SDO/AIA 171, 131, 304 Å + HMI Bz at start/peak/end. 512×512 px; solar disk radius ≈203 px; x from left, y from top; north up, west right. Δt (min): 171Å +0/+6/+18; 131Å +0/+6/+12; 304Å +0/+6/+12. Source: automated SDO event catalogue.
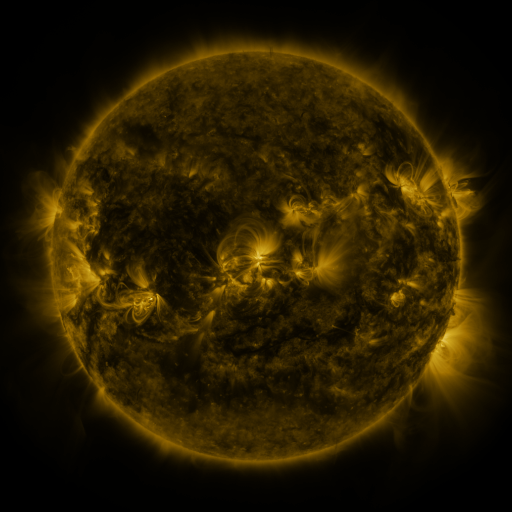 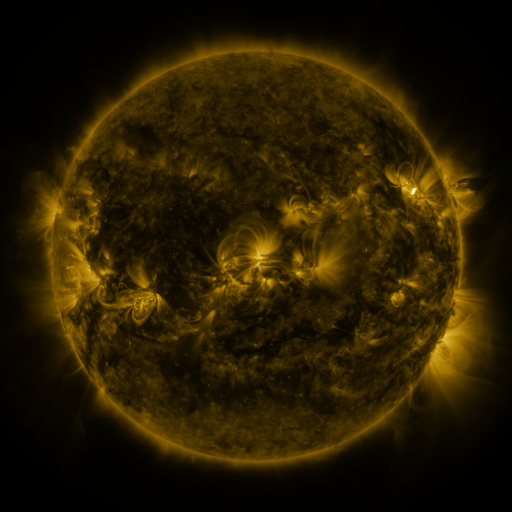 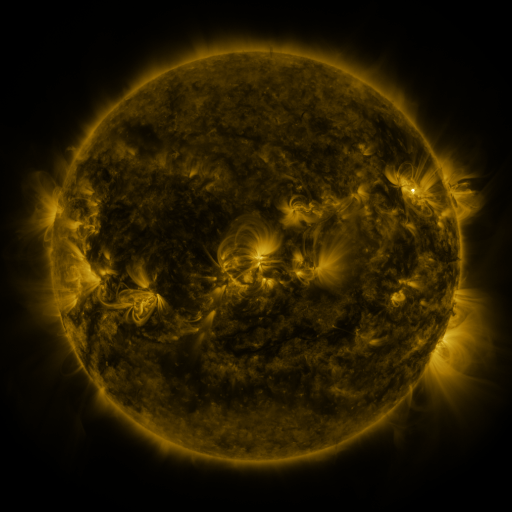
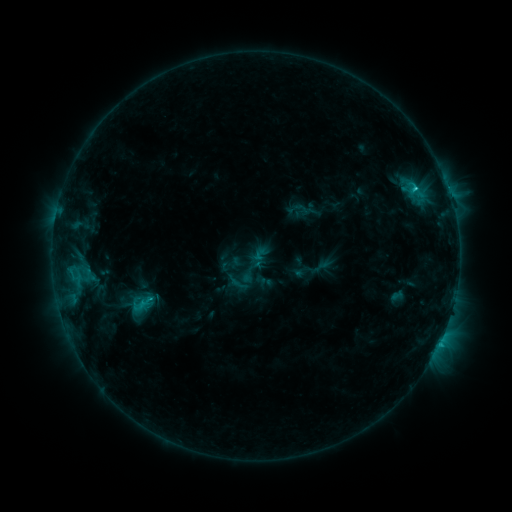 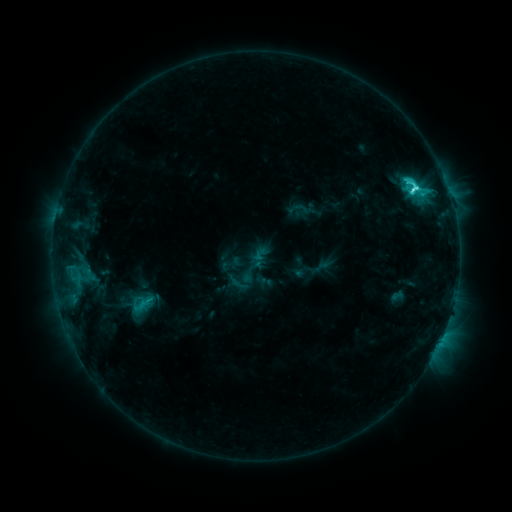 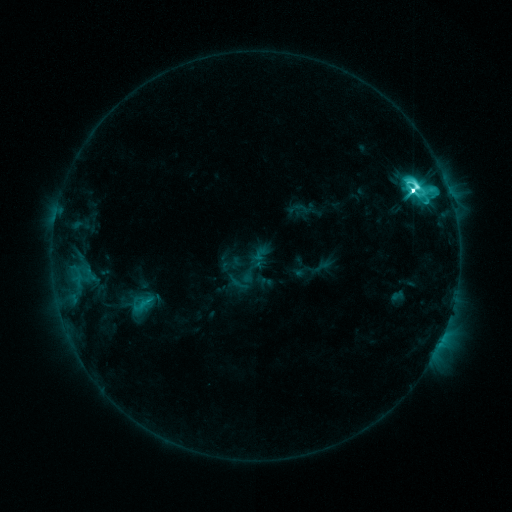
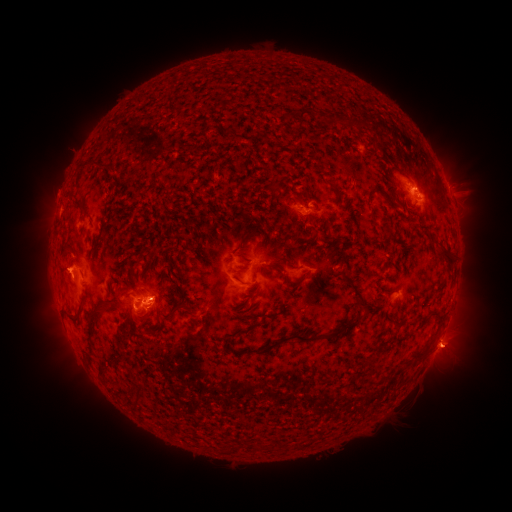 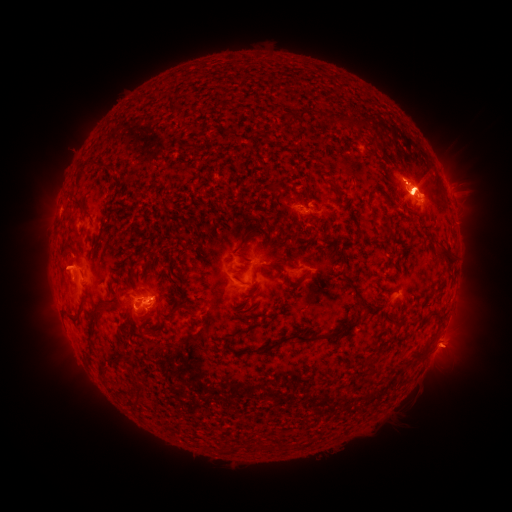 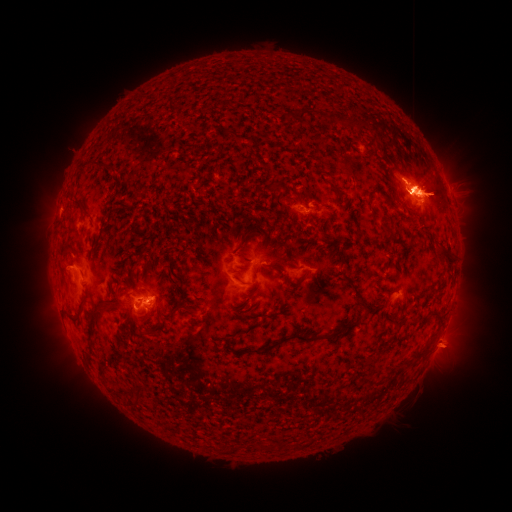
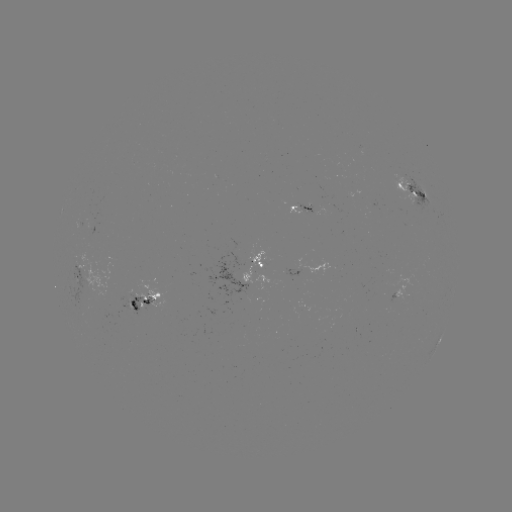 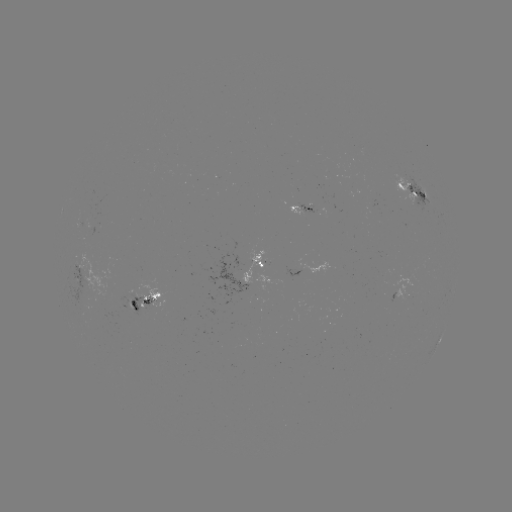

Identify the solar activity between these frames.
M3.5 flare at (413, 192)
